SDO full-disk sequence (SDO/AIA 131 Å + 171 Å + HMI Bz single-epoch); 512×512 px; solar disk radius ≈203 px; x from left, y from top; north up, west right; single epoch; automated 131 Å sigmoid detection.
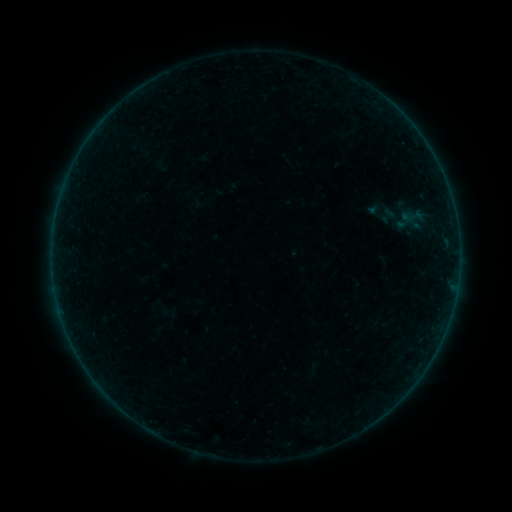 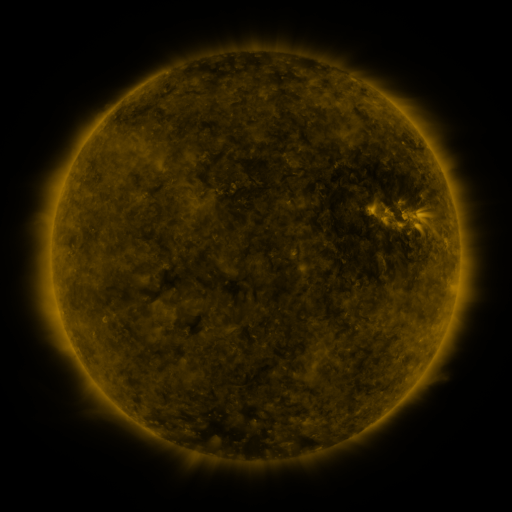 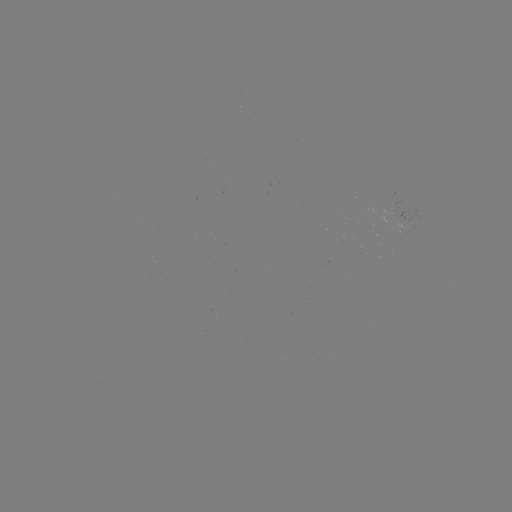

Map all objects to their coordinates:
sigmoid: (397, 199, 427, 233)
